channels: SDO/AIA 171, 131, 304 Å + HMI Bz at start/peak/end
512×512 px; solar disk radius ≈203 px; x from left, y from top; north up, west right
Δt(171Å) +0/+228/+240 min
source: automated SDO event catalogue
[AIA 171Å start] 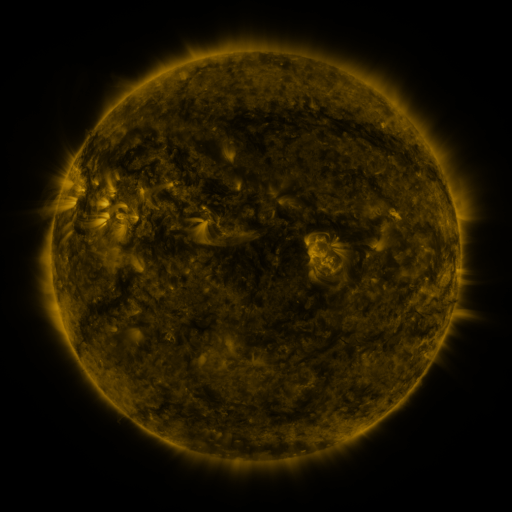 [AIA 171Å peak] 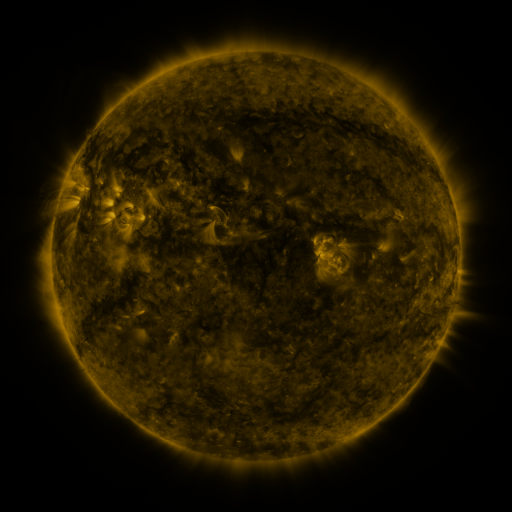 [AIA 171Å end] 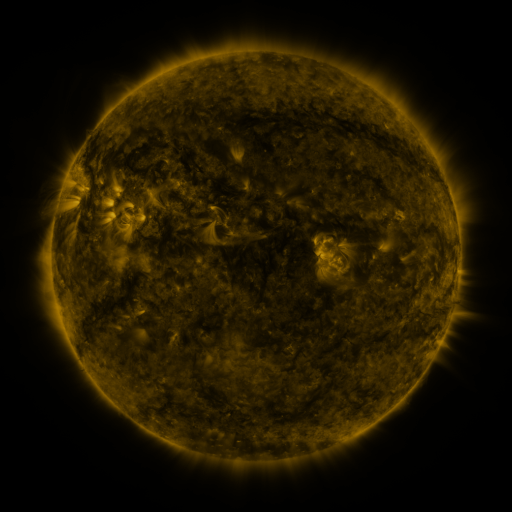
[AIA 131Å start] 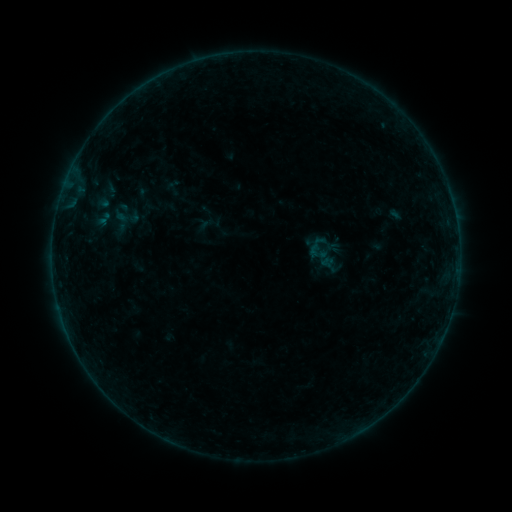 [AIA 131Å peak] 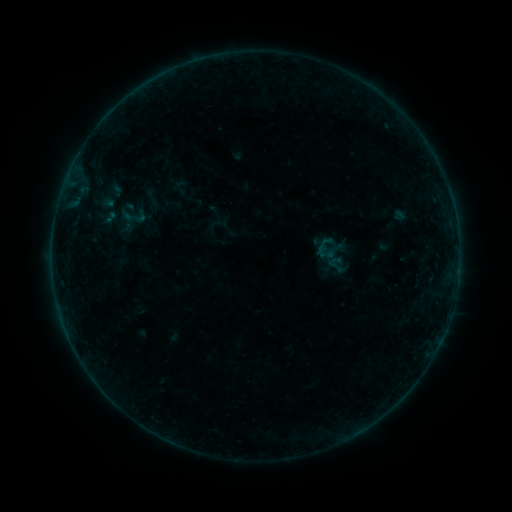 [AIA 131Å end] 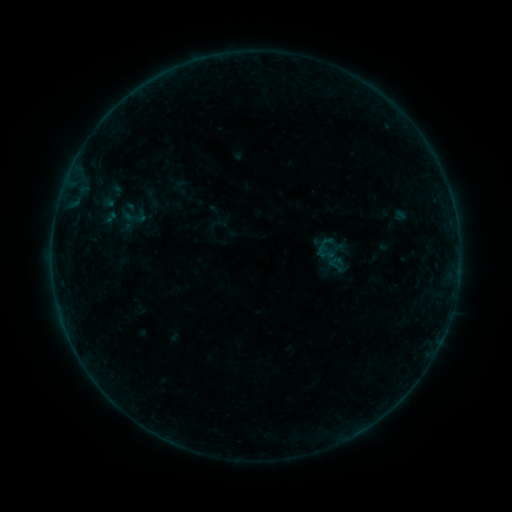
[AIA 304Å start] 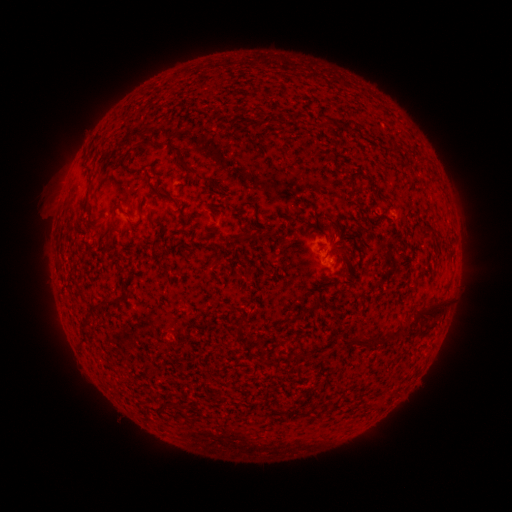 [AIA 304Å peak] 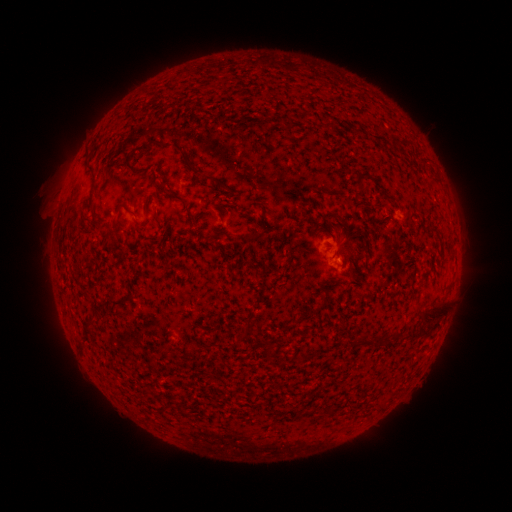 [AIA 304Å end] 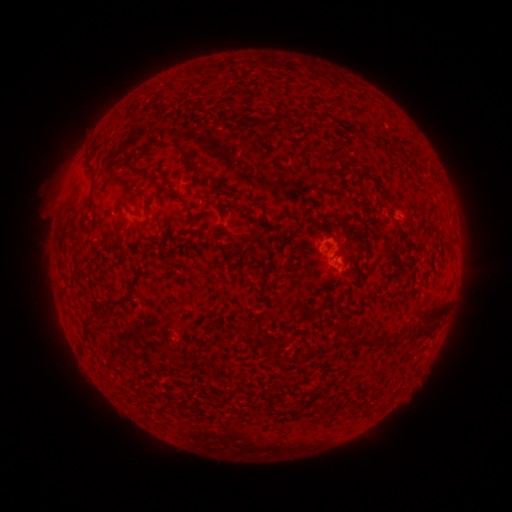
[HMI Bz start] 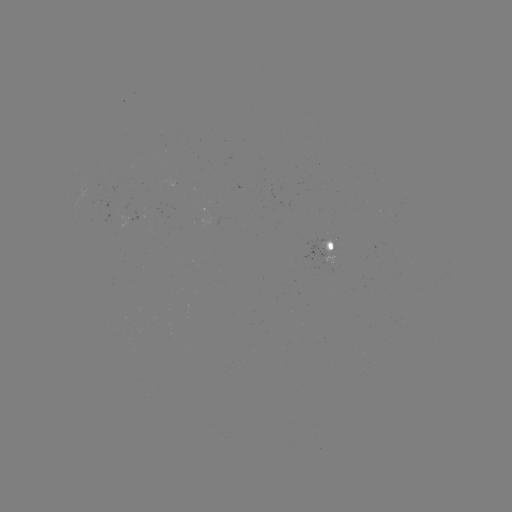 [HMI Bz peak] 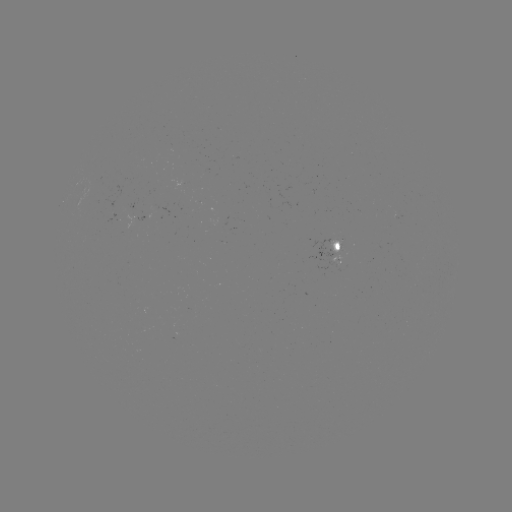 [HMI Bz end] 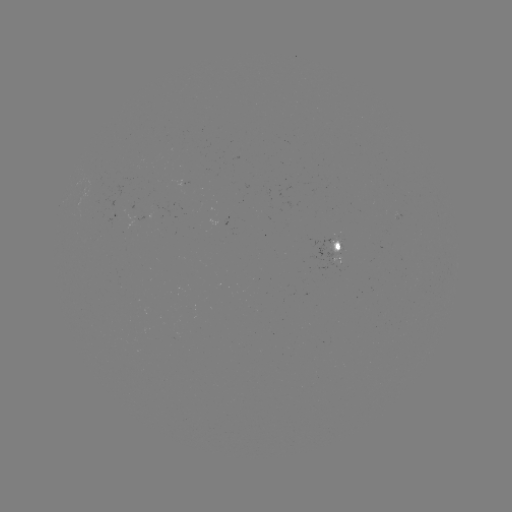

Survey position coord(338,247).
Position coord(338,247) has emerging-flux region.